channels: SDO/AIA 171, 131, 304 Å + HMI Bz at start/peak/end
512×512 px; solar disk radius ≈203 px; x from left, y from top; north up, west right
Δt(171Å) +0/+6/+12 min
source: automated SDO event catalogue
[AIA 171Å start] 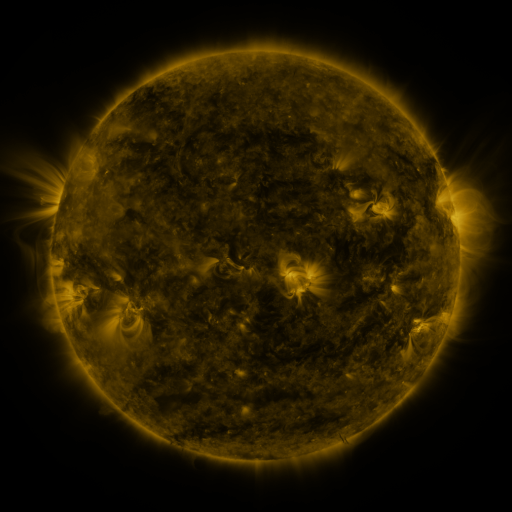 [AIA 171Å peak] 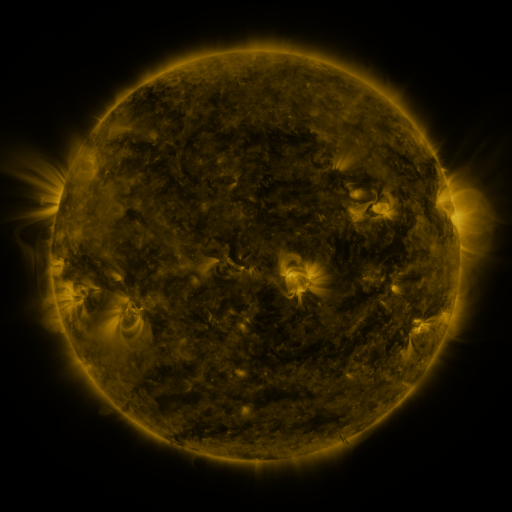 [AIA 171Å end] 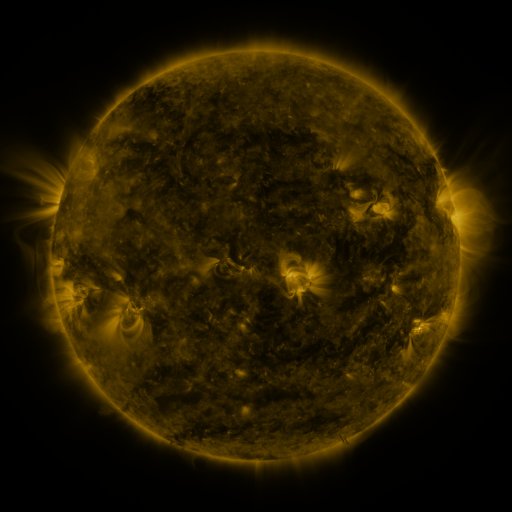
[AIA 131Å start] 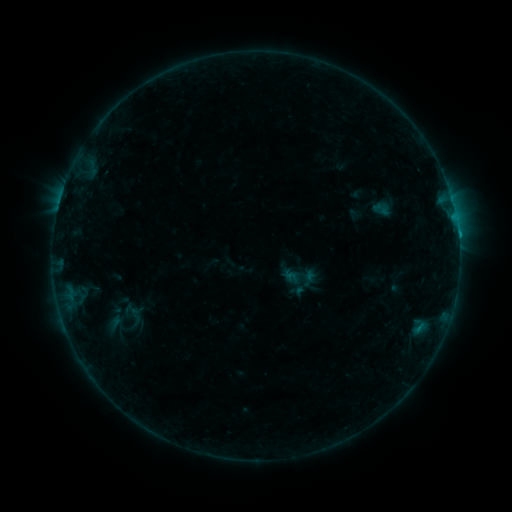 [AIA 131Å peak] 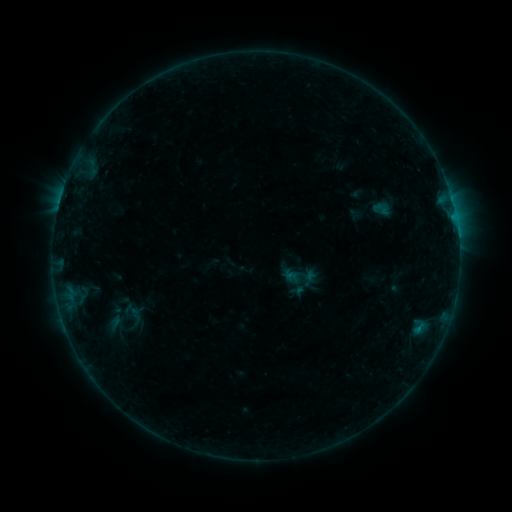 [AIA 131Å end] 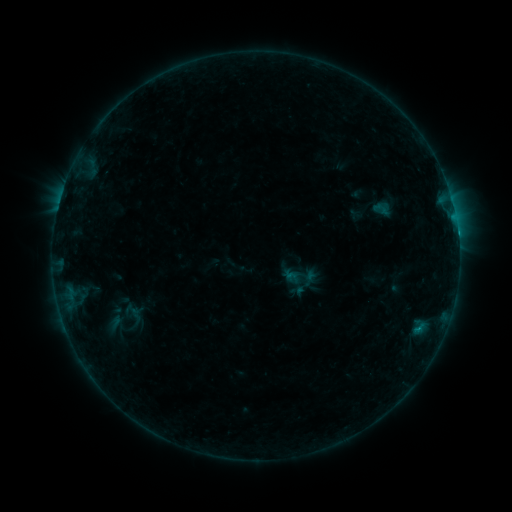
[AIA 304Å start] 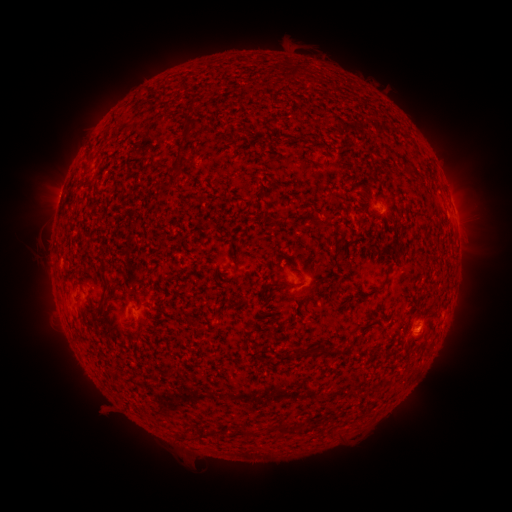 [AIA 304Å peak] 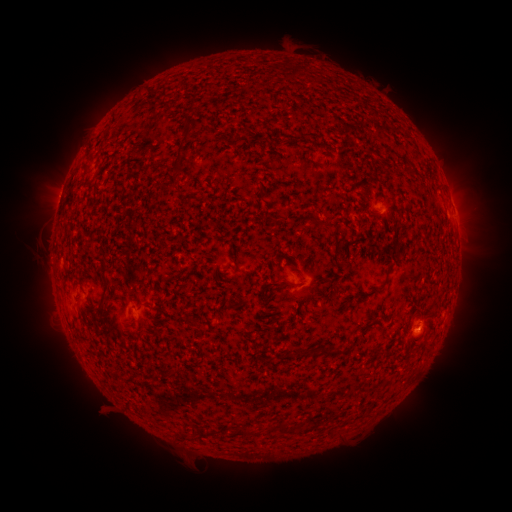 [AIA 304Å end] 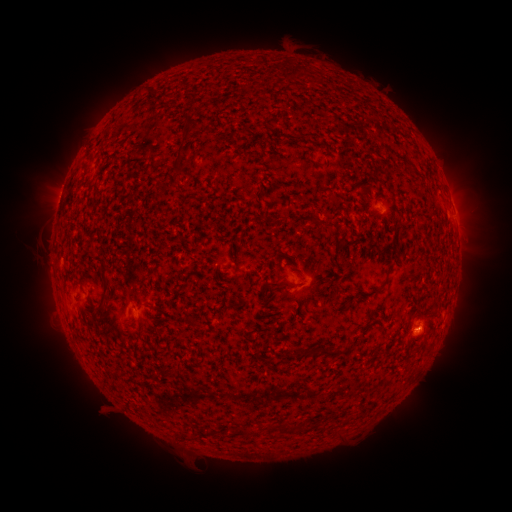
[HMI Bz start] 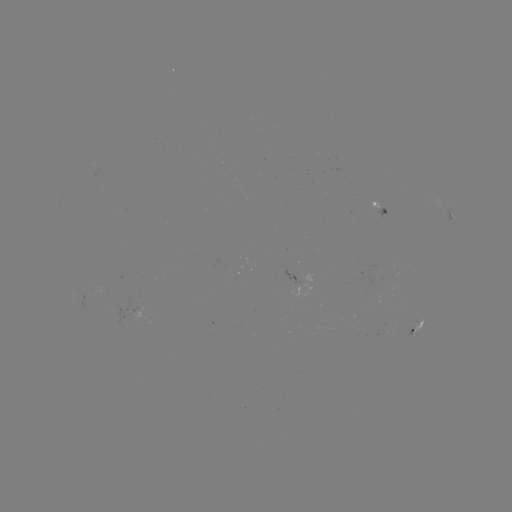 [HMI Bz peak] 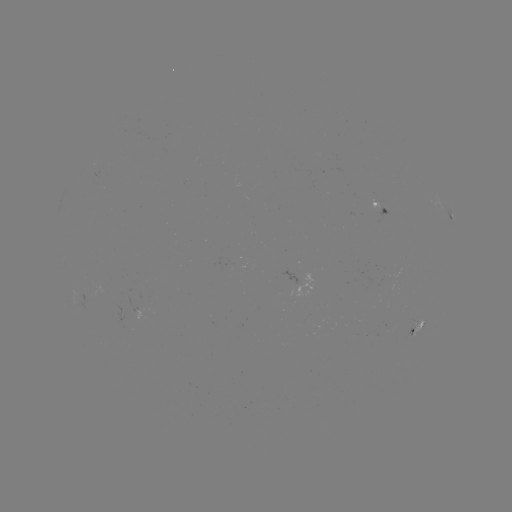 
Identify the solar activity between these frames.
B6.8 flare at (458, 237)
